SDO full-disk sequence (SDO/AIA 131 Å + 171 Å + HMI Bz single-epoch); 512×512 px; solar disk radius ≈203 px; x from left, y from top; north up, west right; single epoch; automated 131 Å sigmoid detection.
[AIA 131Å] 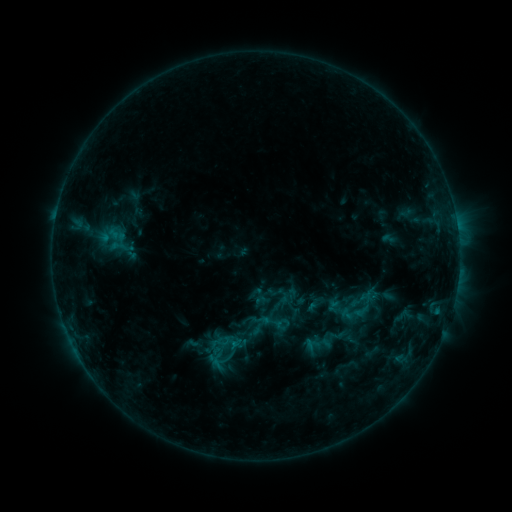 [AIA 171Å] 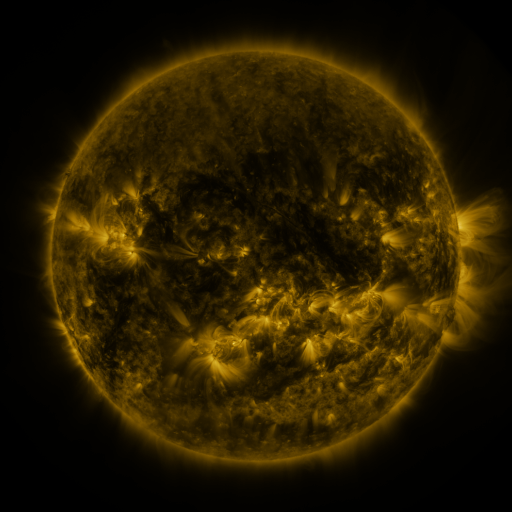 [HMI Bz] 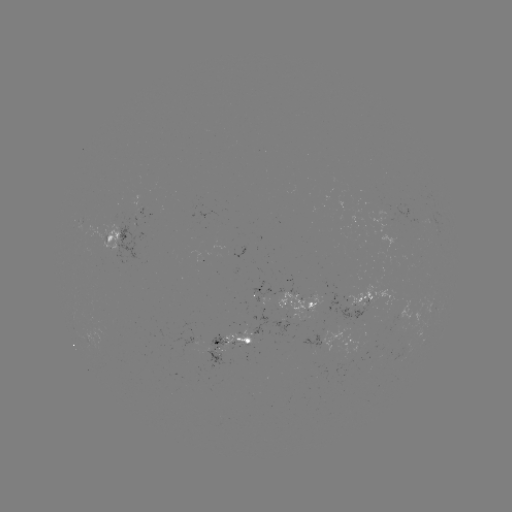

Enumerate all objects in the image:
sigmoid: (275, 322)
sigmoid: (221, 342)
